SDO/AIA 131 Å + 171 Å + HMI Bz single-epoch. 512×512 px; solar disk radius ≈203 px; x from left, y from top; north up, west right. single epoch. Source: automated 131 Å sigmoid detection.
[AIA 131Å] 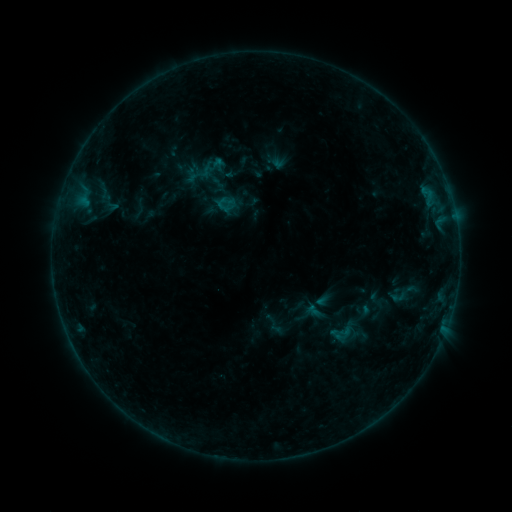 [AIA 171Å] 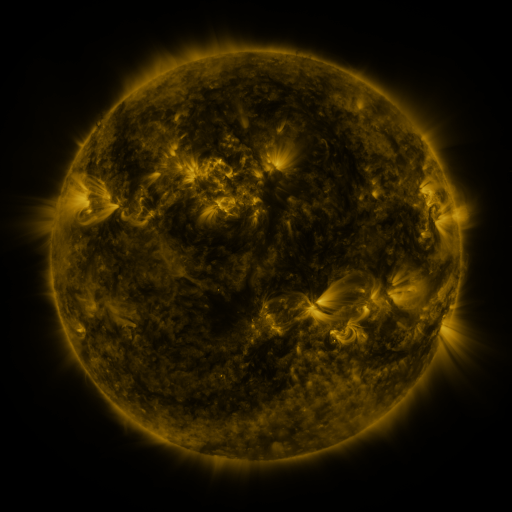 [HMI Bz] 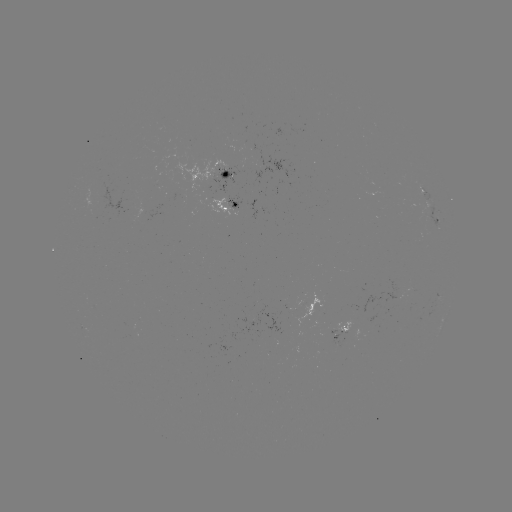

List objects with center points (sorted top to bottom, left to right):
sigmoid: (314, 312)
